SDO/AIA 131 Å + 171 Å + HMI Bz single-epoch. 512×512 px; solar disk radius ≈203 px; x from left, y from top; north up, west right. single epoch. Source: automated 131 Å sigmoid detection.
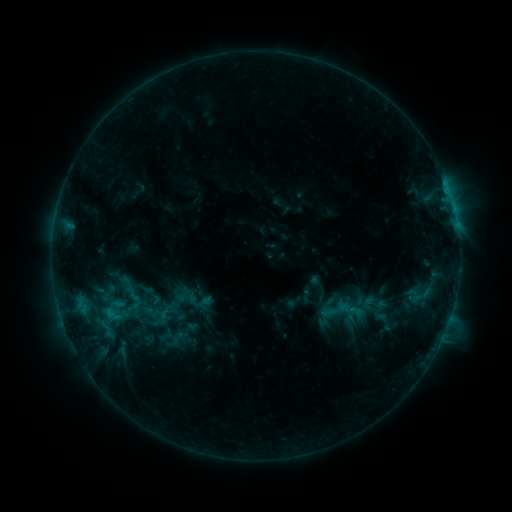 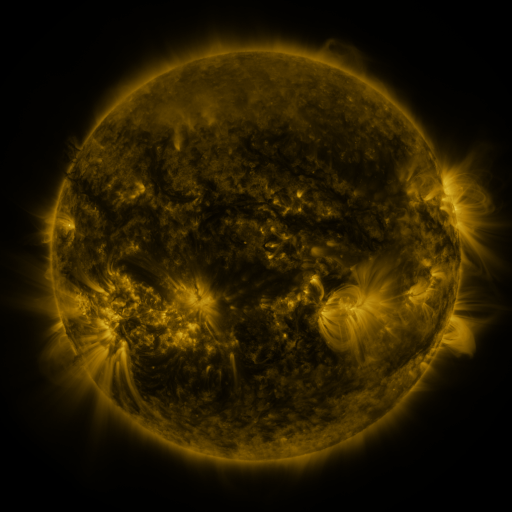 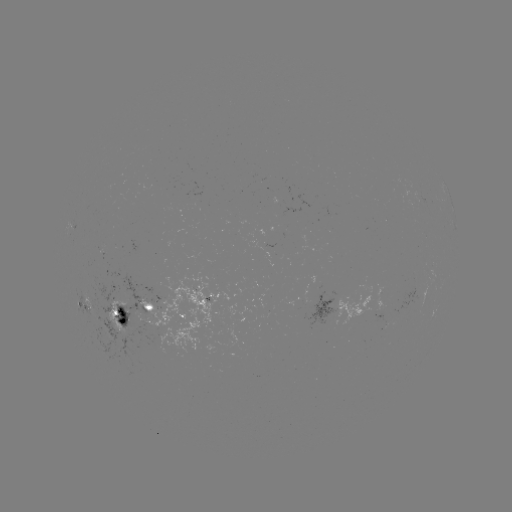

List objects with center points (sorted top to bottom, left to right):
sigmoid: (152, 295)
sigmoid: (134, 300)
